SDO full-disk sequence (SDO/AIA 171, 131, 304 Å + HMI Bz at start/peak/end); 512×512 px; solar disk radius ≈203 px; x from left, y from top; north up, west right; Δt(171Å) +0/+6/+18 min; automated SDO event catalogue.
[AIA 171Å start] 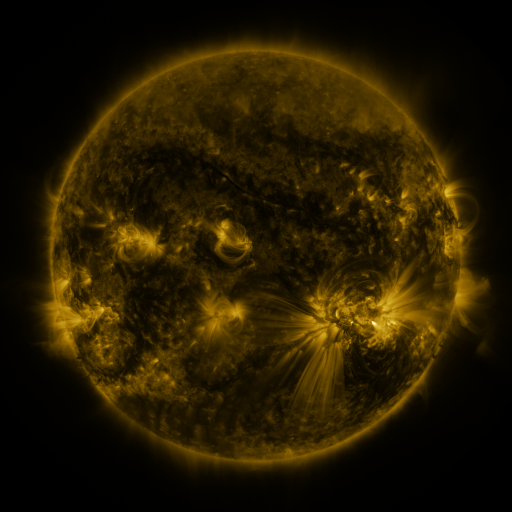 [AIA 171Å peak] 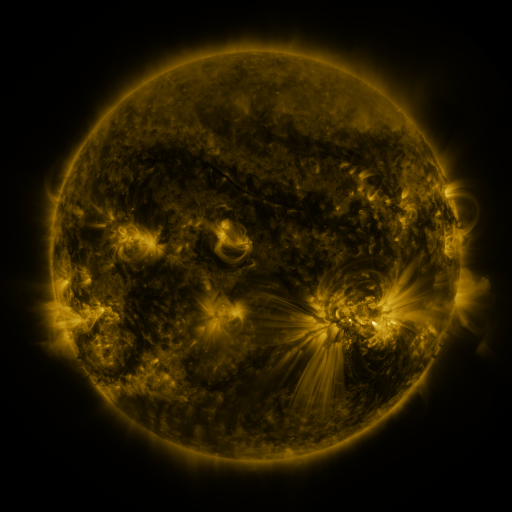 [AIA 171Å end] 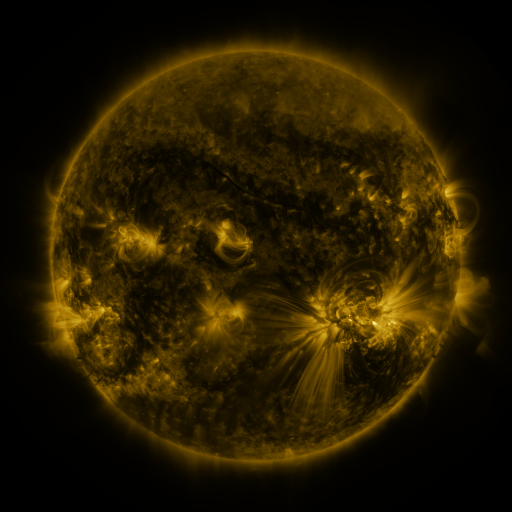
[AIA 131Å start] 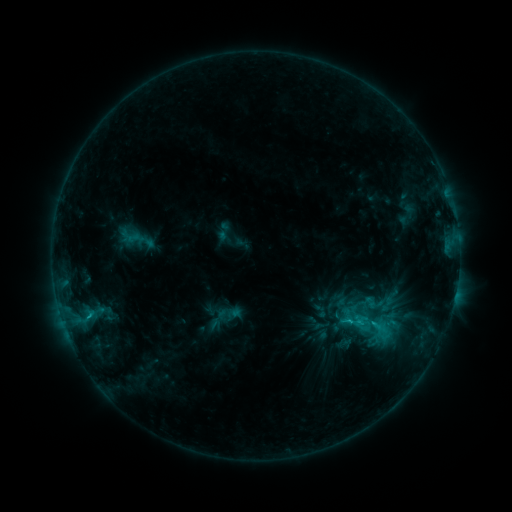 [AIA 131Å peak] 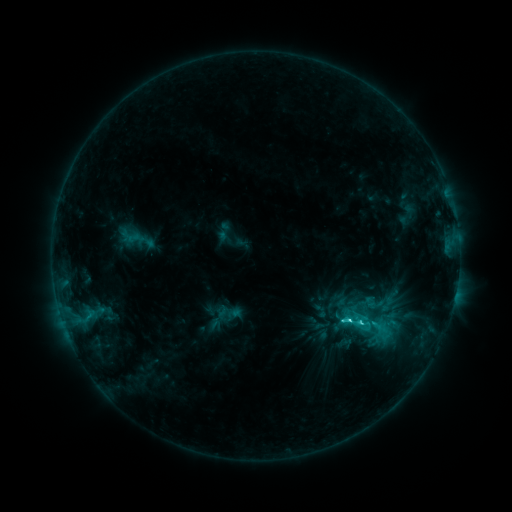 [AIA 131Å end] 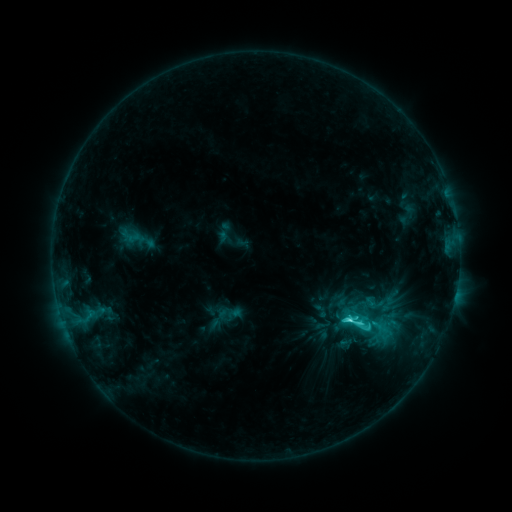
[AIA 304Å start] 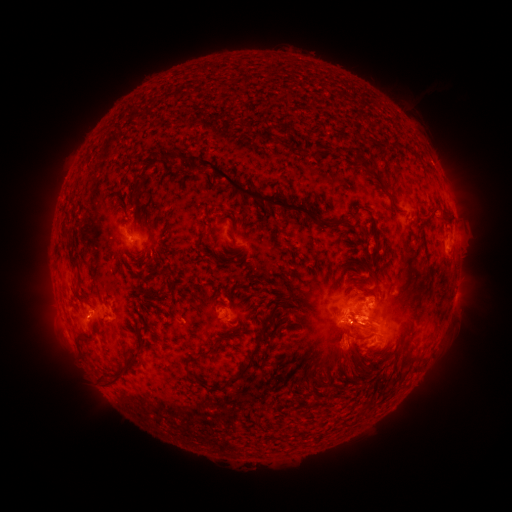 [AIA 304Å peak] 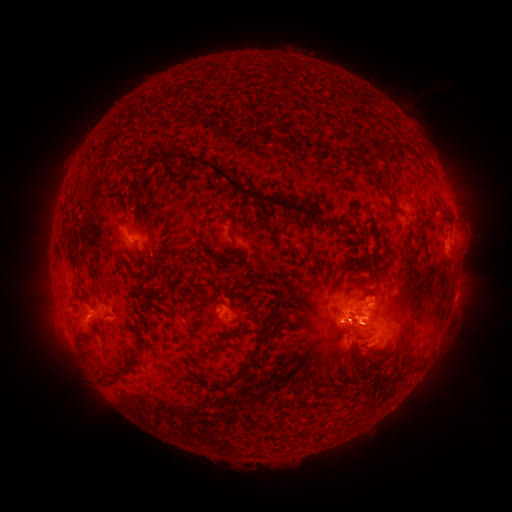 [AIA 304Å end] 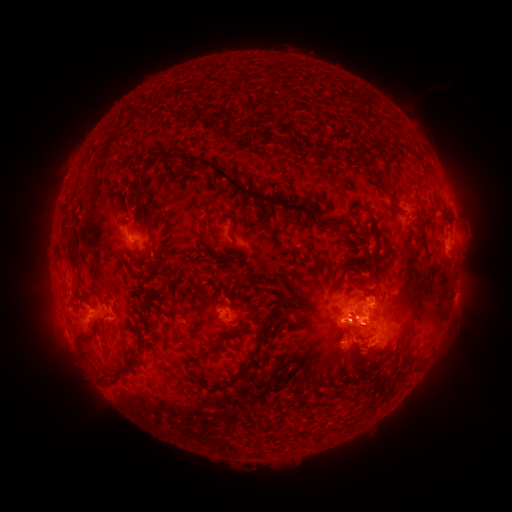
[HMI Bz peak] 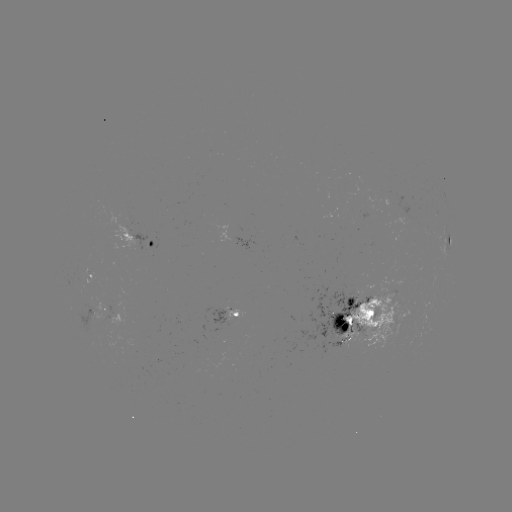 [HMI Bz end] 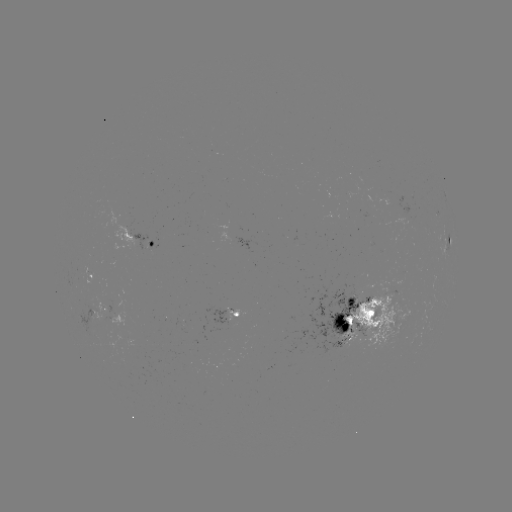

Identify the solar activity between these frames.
C8.4 flare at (349, 316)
